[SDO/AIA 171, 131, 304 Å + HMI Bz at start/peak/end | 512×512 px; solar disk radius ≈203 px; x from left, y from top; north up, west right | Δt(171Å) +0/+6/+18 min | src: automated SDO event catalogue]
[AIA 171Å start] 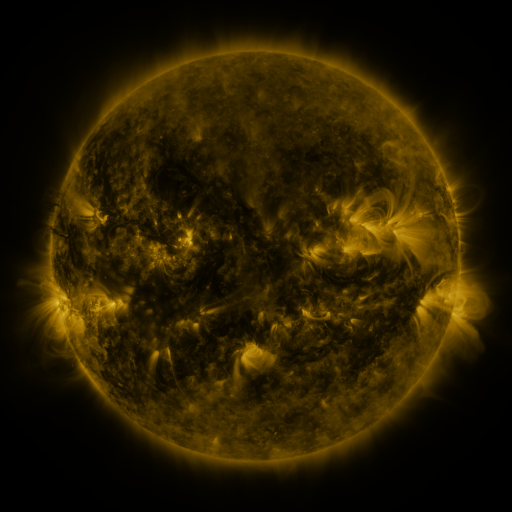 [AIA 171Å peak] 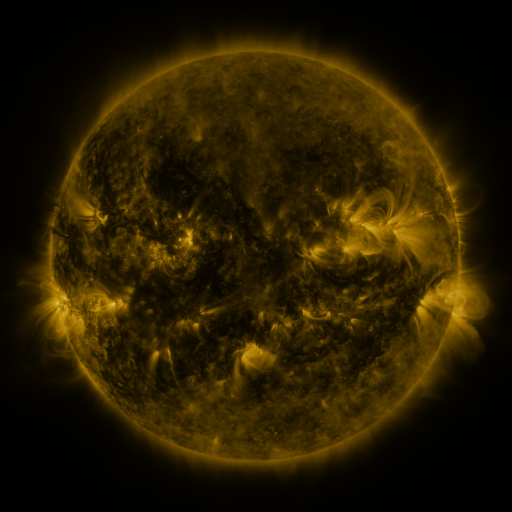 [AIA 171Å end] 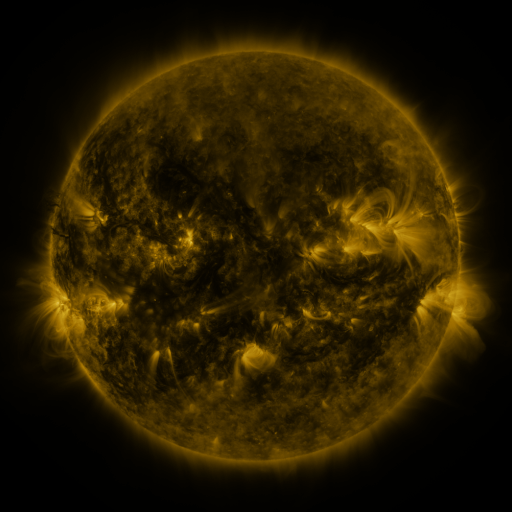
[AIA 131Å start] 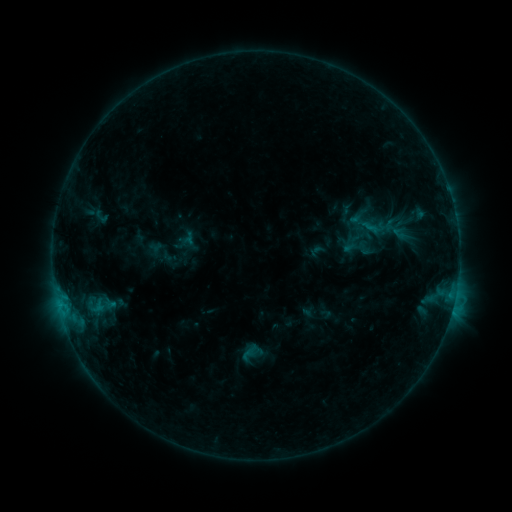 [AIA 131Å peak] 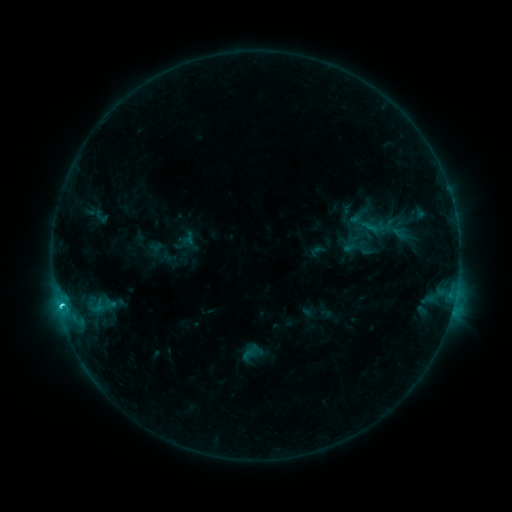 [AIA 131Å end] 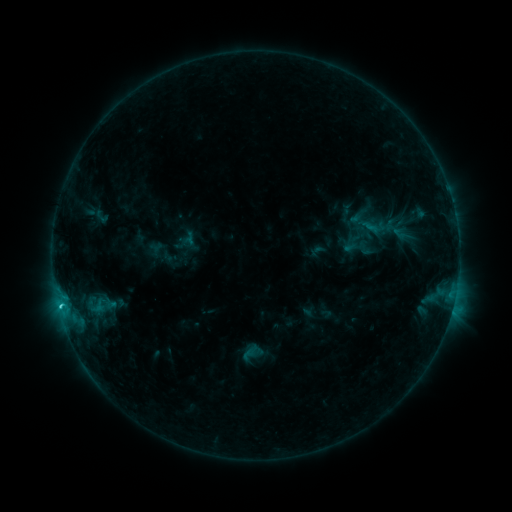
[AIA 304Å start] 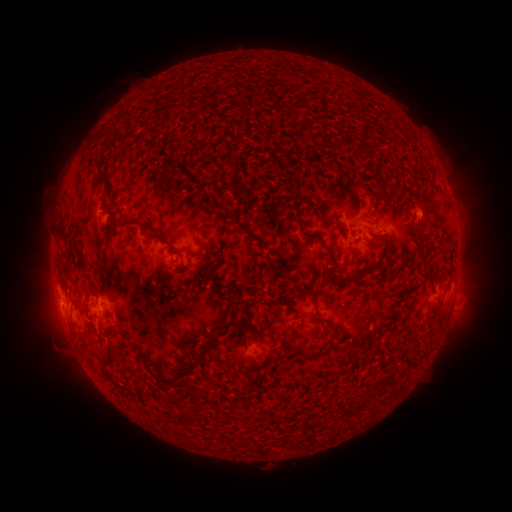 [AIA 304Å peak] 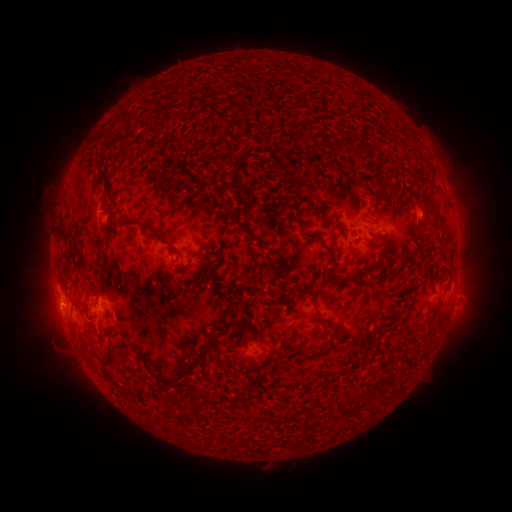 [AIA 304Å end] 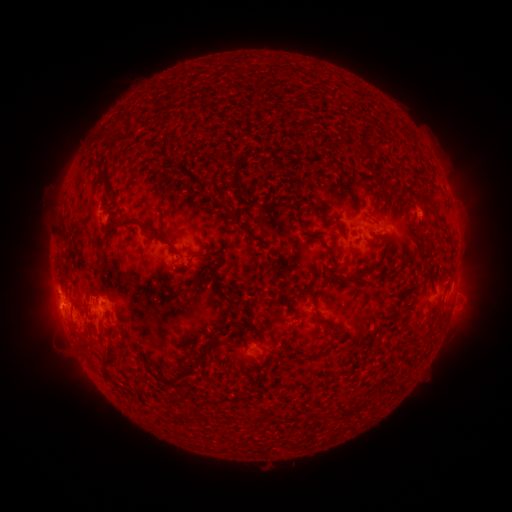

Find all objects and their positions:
C2.0 flare: (61, 303)
